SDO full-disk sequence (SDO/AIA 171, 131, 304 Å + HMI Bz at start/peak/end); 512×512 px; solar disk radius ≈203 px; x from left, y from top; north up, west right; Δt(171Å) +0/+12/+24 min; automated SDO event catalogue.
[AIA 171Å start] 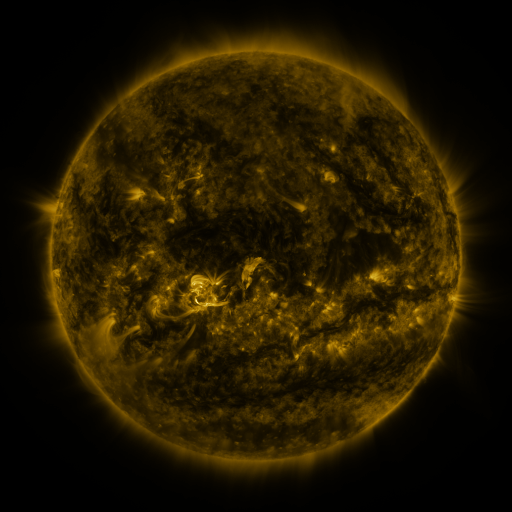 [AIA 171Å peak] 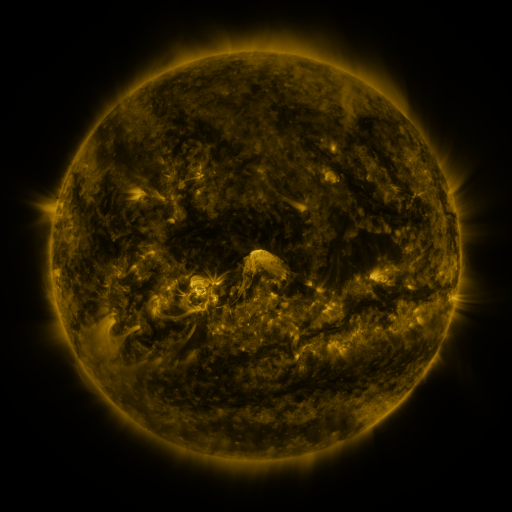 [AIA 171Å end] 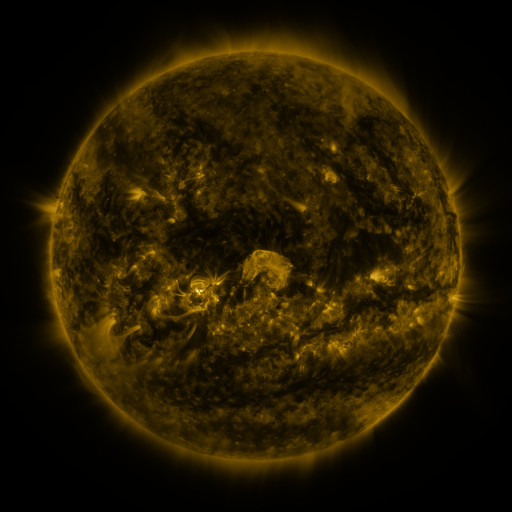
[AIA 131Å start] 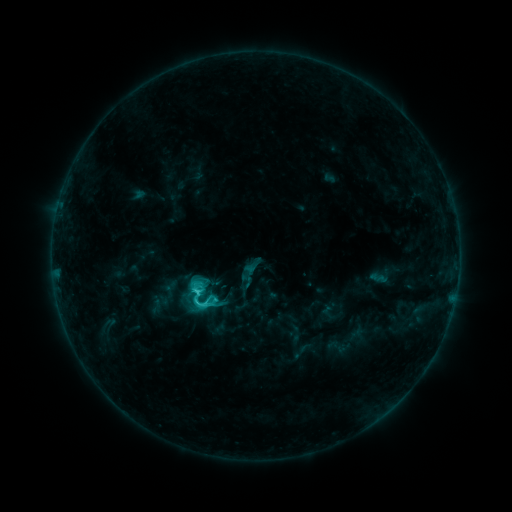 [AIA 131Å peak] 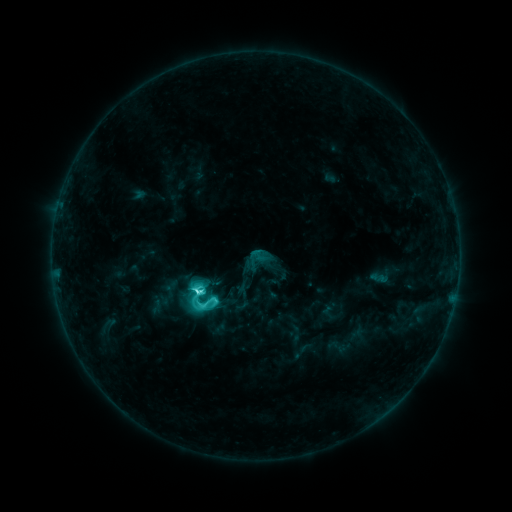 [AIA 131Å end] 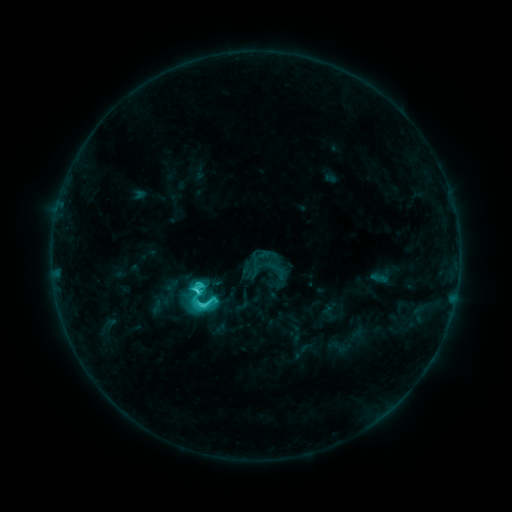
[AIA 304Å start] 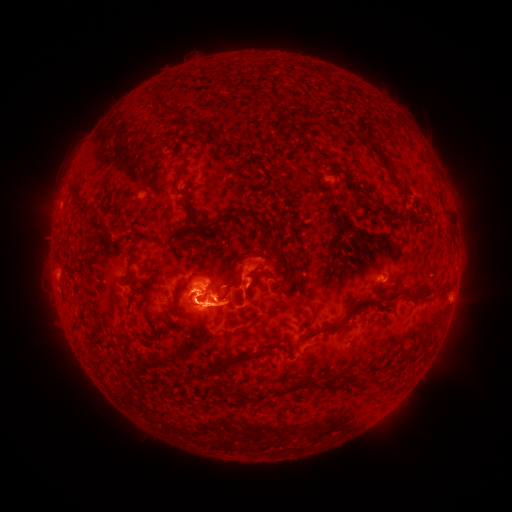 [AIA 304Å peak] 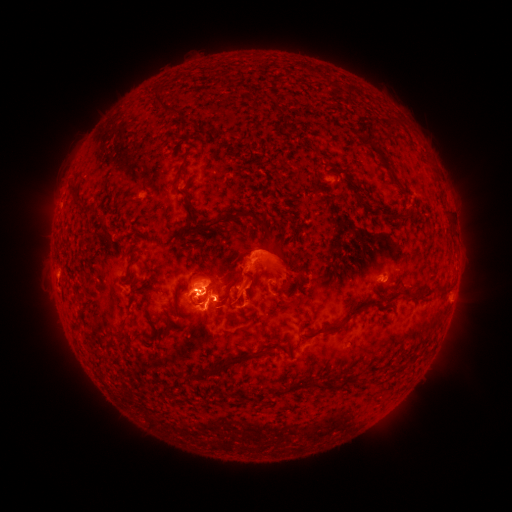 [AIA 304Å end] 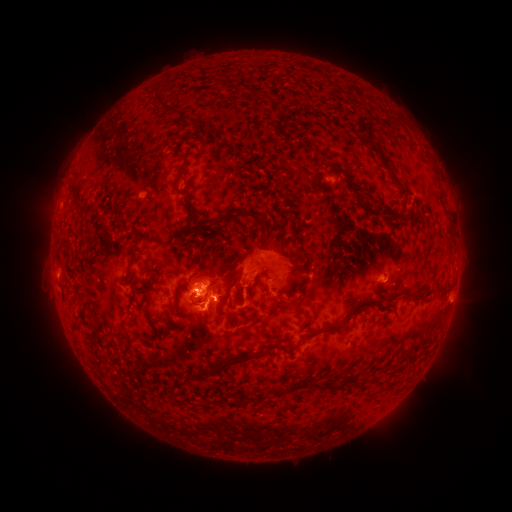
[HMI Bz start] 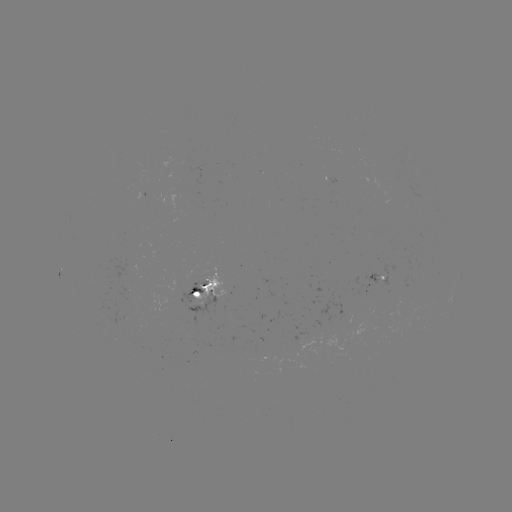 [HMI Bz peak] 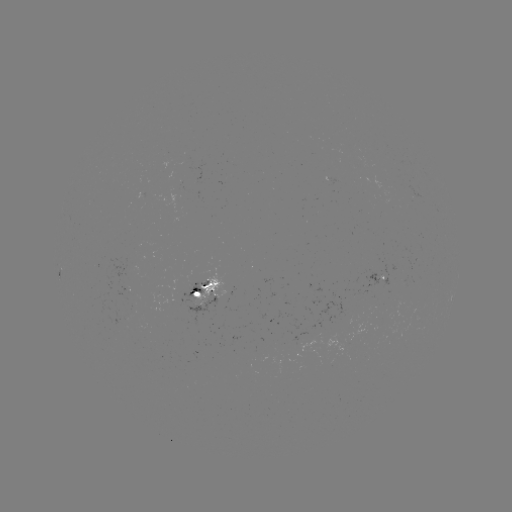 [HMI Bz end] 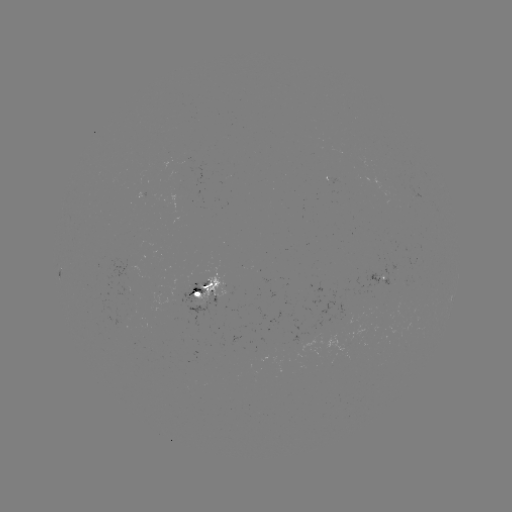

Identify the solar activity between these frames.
C6.7 flare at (198, 291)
